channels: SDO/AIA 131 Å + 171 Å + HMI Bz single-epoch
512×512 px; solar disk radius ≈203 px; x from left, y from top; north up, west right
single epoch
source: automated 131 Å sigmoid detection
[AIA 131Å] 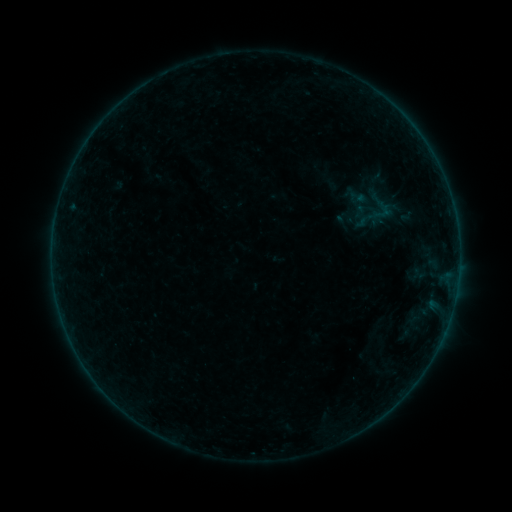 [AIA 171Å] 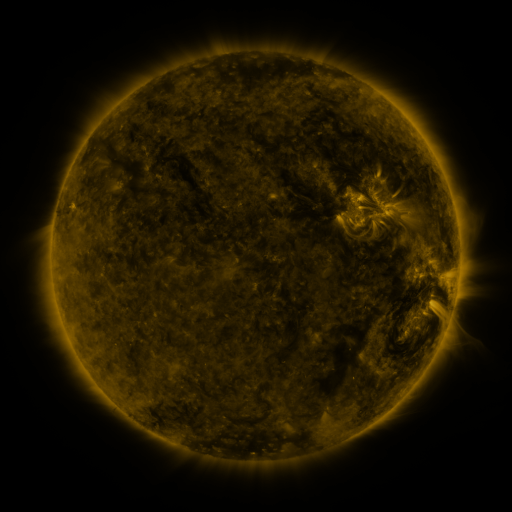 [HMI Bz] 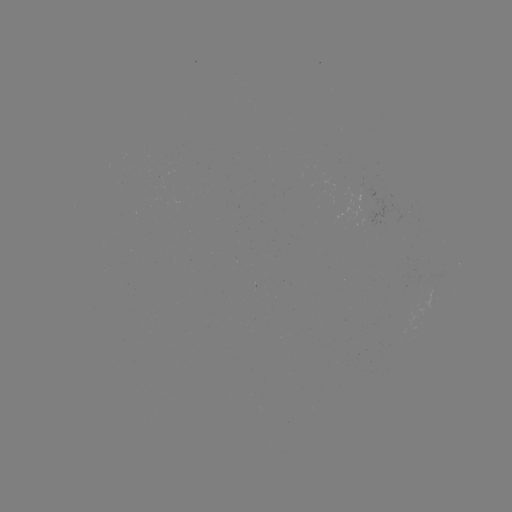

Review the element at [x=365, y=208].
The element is sigmoid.